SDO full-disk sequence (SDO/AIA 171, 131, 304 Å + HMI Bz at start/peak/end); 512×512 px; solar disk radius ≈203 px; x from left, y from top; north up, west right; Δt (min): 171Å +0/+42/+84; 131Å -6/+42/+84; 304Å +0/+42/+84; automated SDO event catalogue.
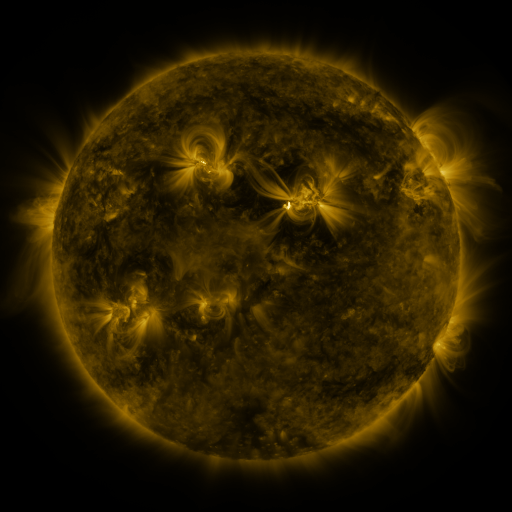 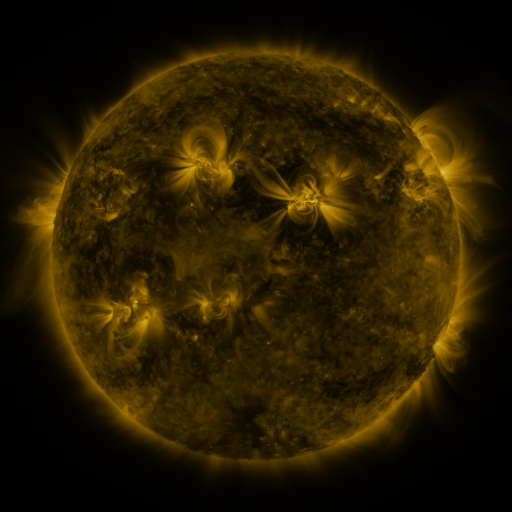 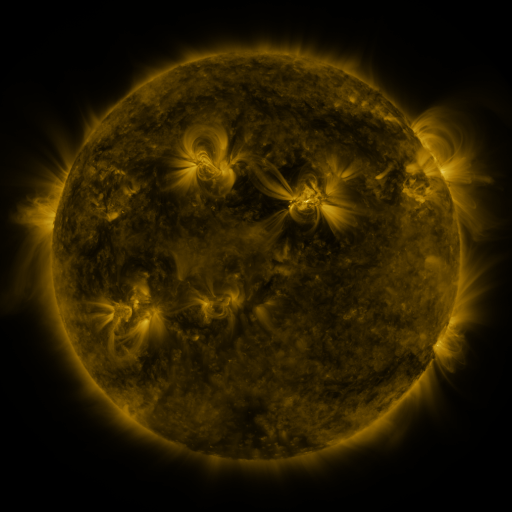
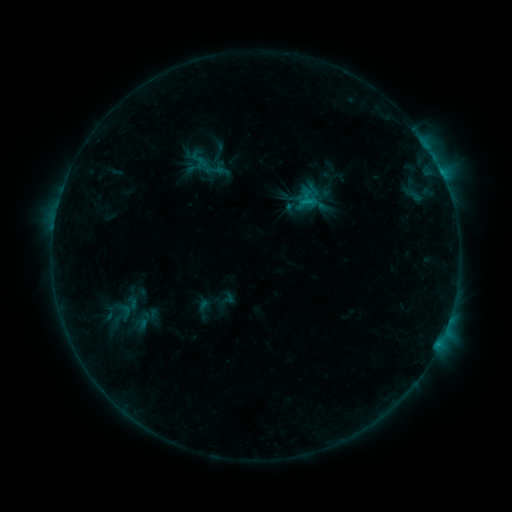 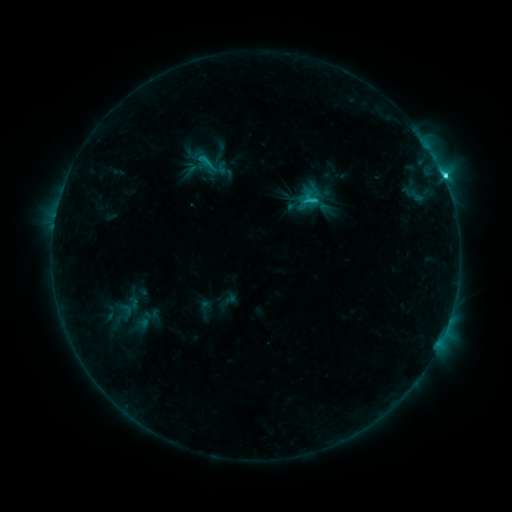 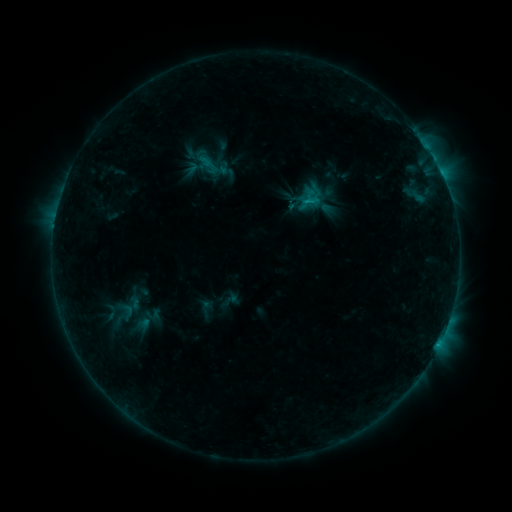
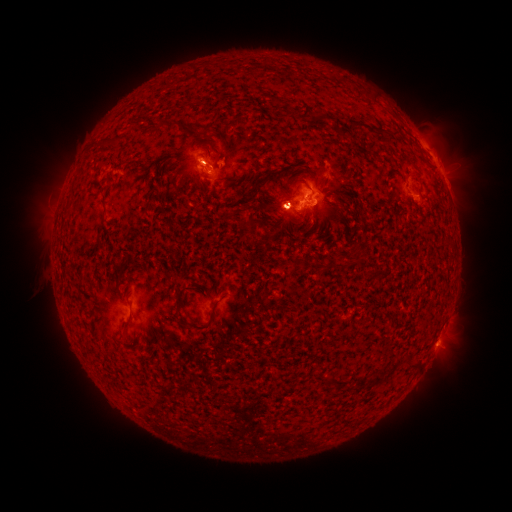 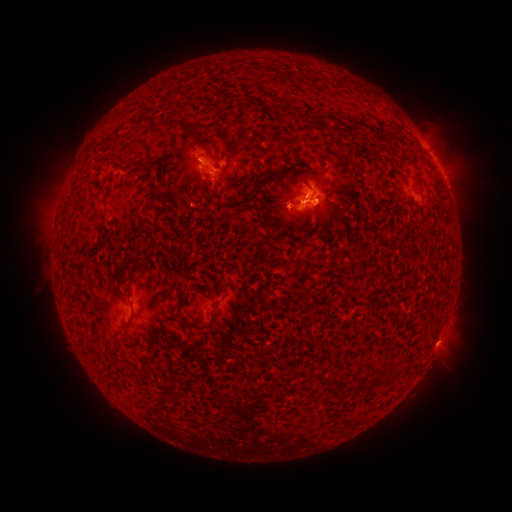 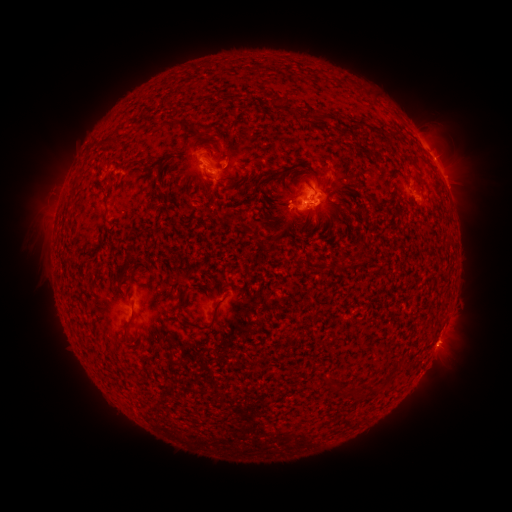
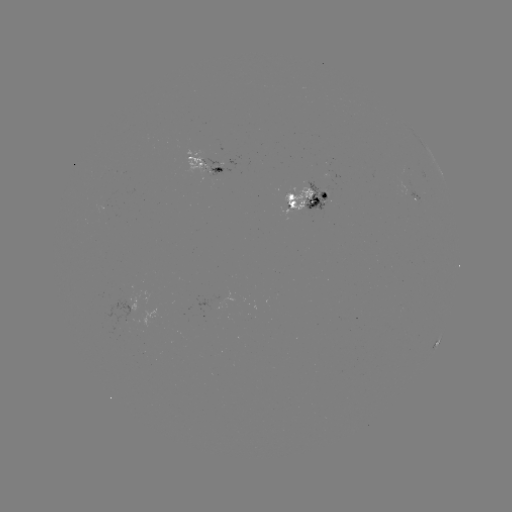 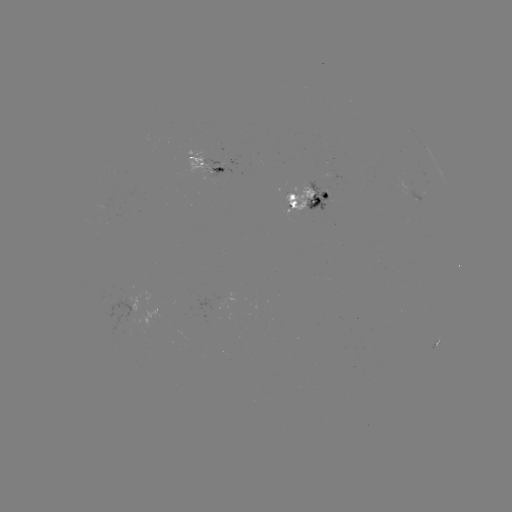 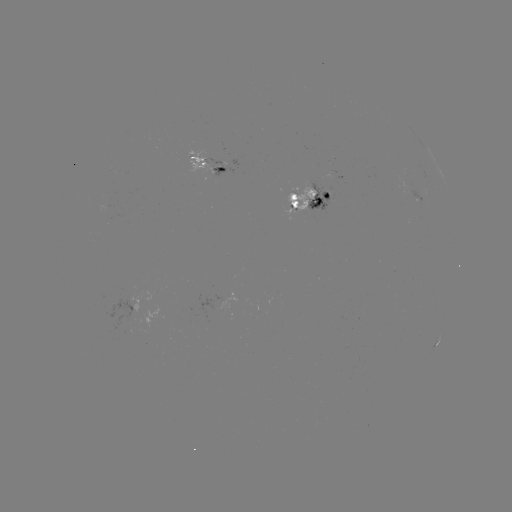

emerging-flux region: <bbox>318, 191, 329, 202</bbox>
